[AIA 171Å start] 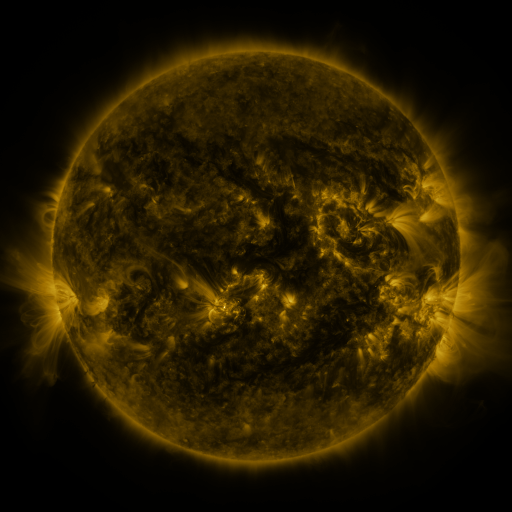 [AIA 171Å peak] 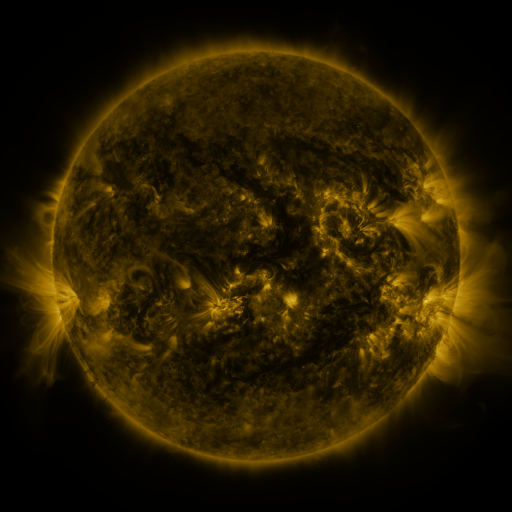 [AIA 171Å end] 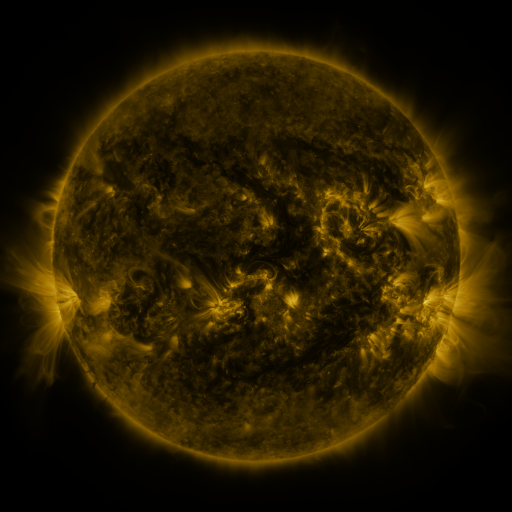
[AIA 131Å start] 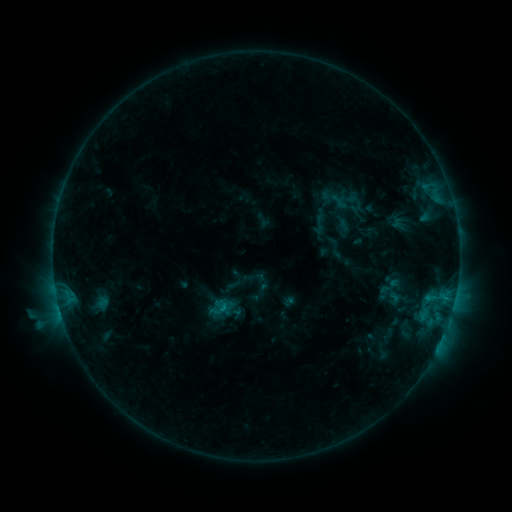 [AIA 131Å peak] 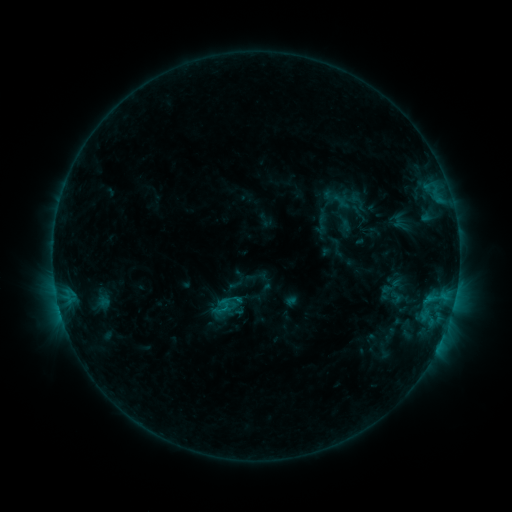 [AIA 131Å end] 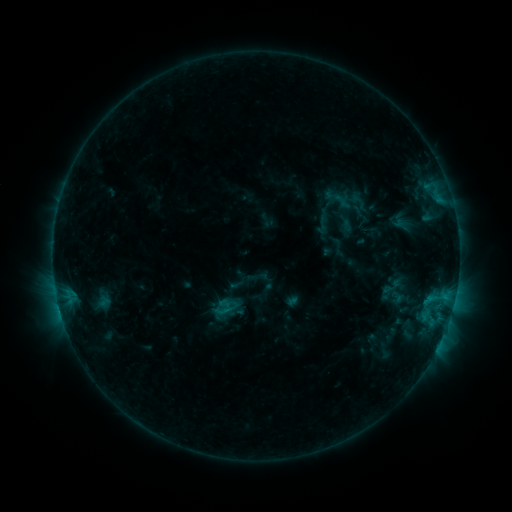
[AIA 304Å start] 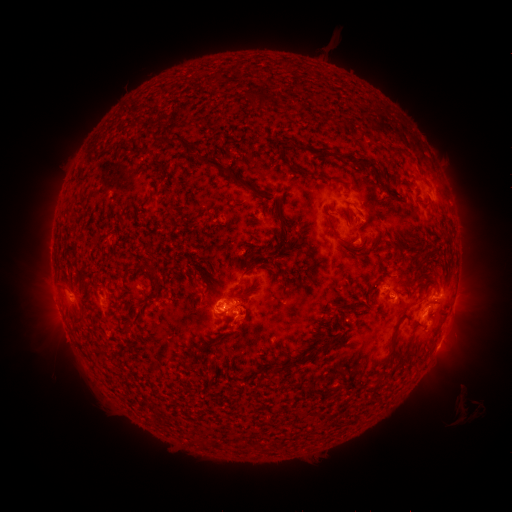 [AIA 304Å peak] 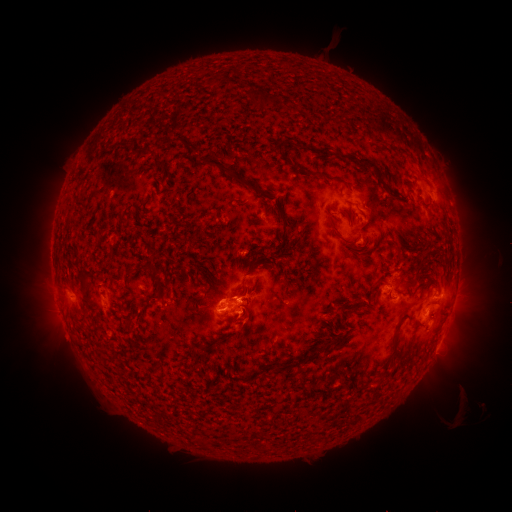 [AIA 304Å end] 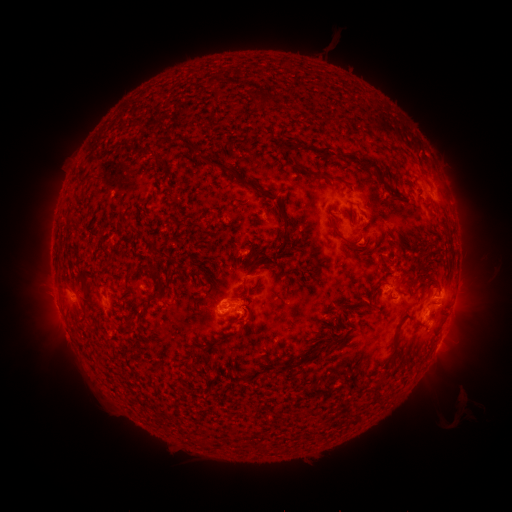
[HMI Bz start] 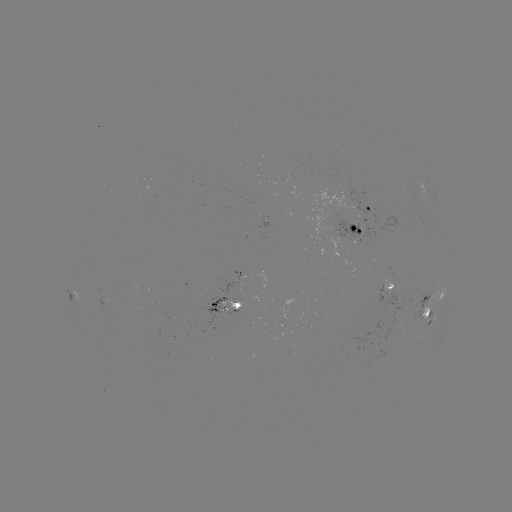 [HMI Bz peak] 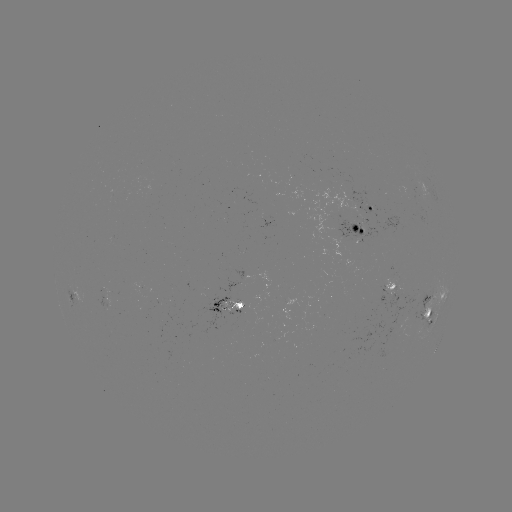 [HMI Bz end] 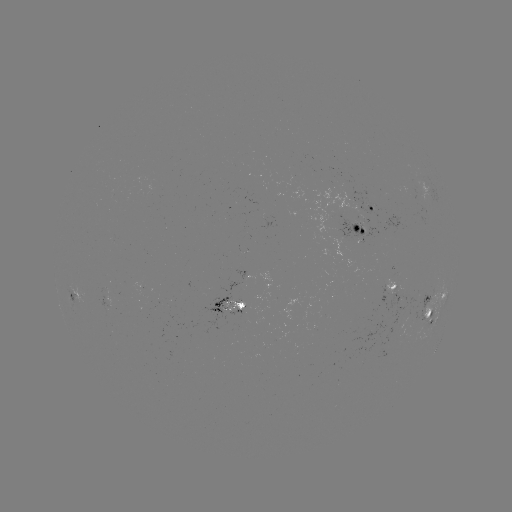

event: emerging-flux region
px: (363, 218)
